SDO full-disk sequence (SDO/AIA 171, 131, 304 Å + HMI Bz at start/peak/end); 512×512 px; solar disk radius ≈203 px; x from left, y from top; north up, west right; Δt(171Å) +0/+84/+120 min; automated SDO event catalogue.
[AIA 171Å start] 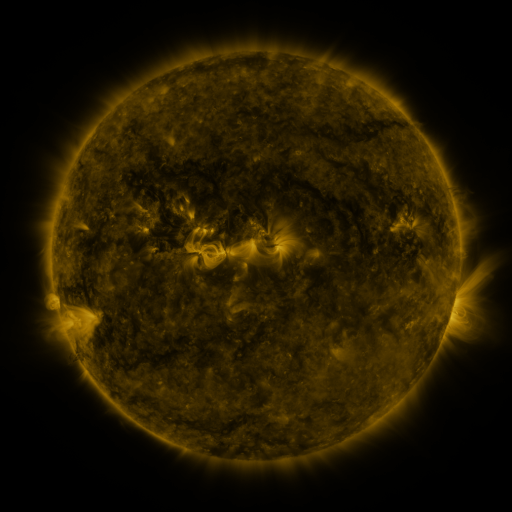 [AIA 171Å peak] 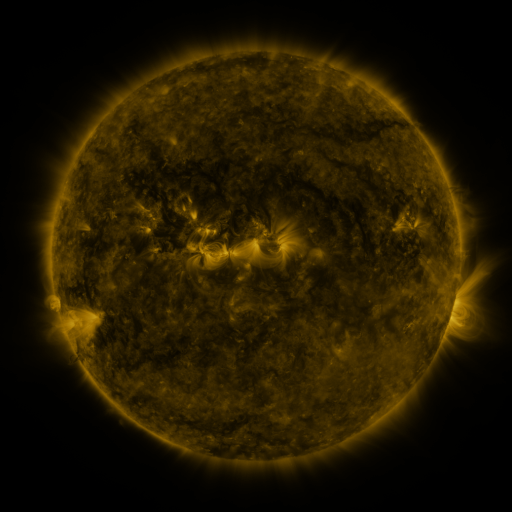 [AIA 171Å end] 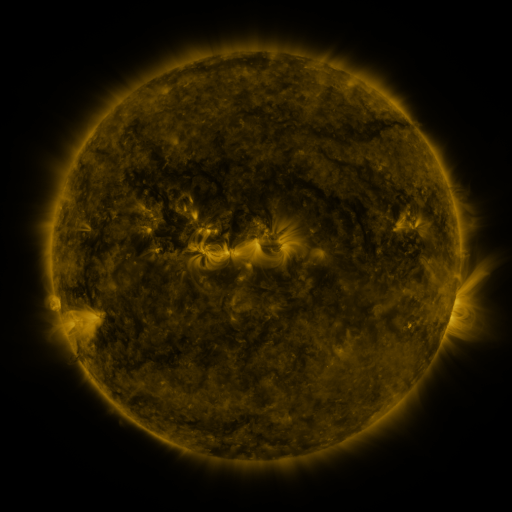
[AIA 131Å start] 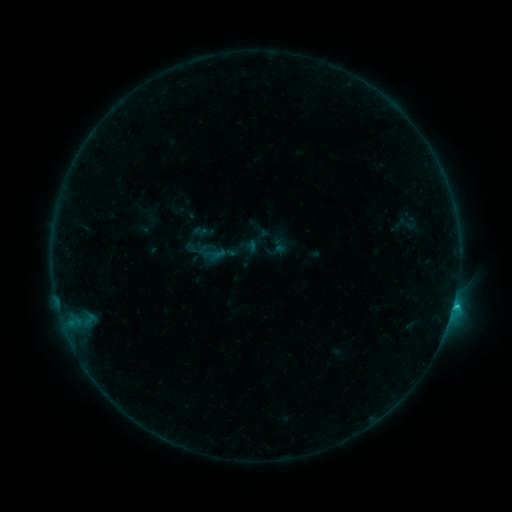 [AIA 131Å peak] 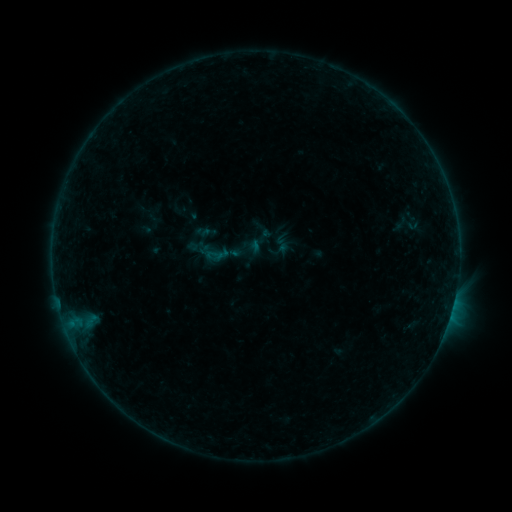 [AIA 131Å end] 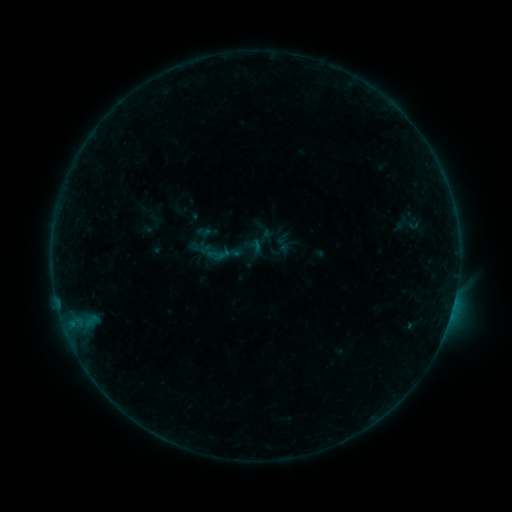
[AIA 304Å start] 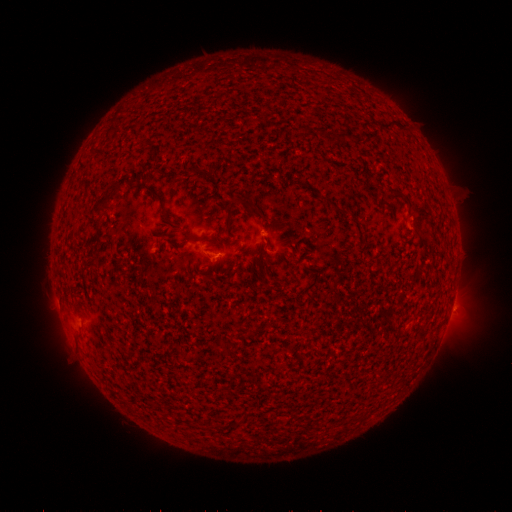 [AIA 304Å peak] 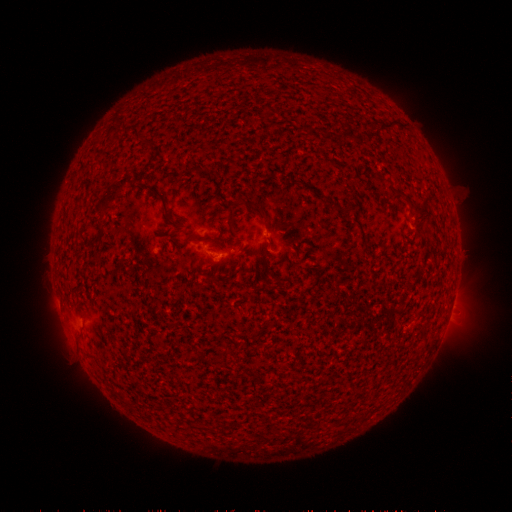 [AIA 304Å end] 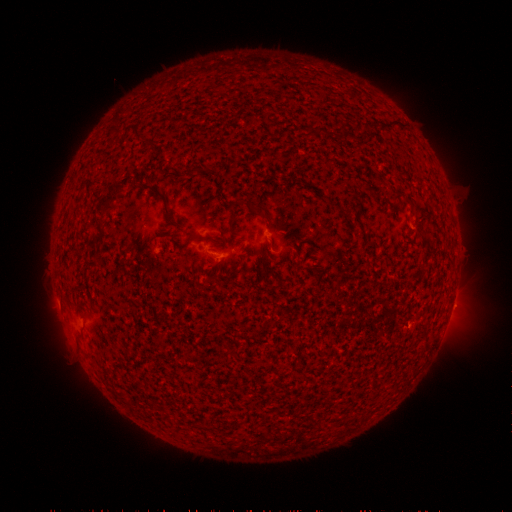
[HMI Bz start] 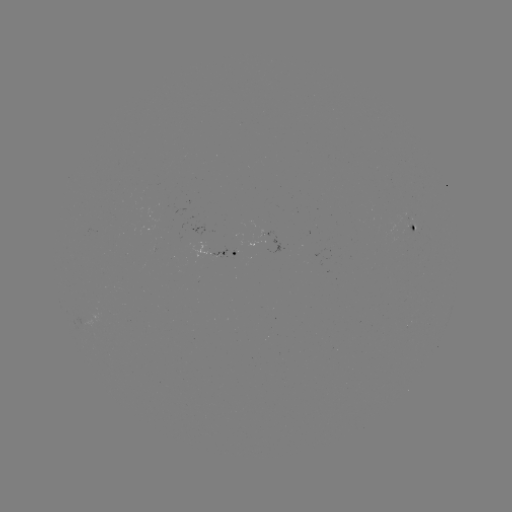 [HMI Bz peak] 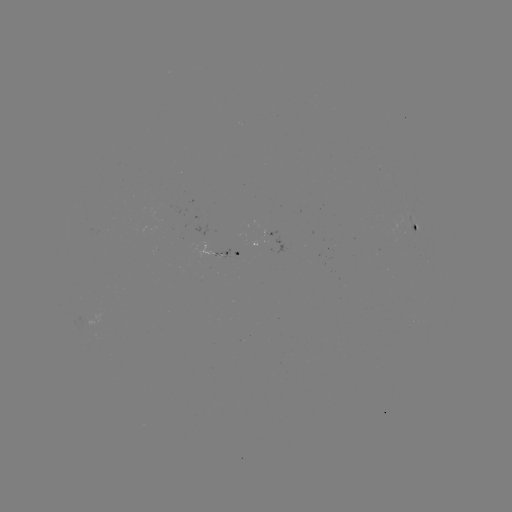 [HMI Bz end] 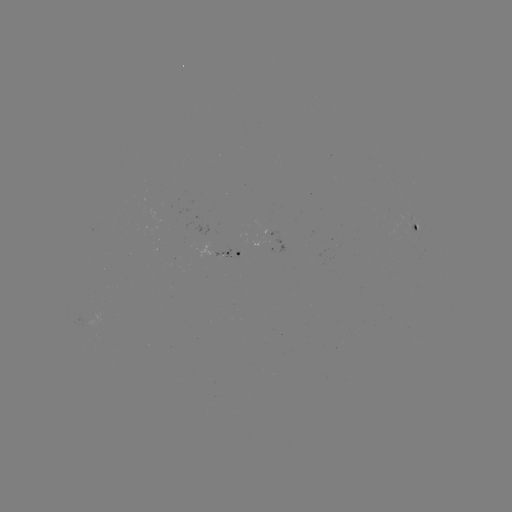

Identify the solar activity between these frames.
emerging-flux region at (234, 252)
